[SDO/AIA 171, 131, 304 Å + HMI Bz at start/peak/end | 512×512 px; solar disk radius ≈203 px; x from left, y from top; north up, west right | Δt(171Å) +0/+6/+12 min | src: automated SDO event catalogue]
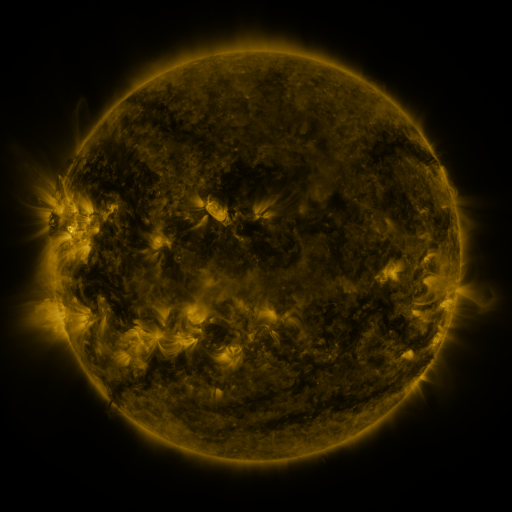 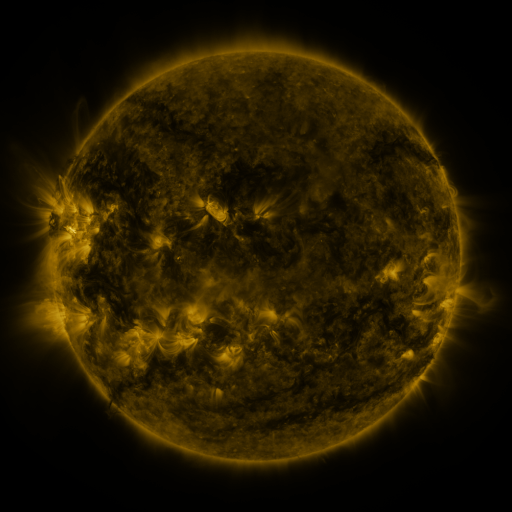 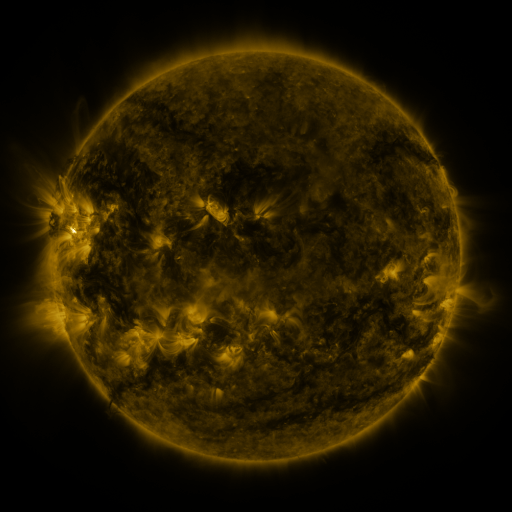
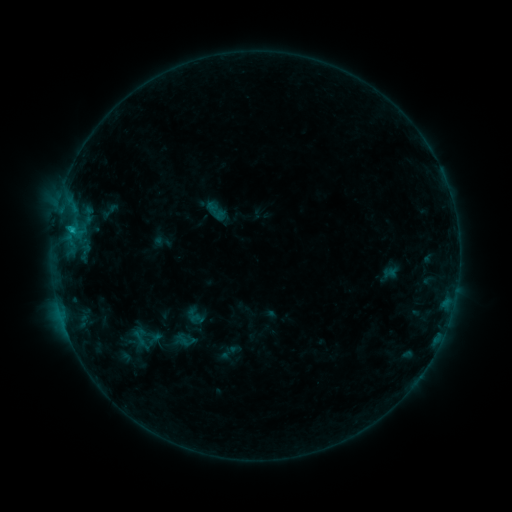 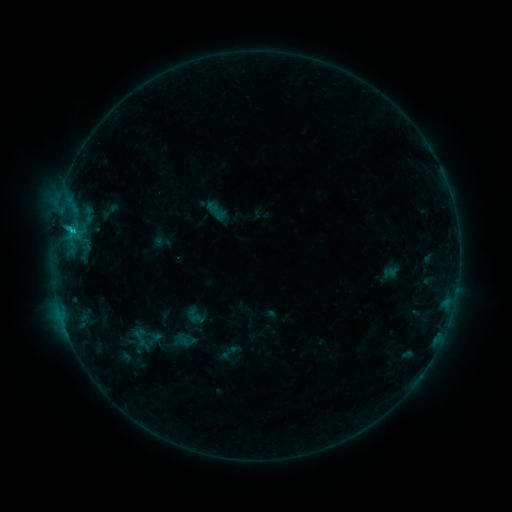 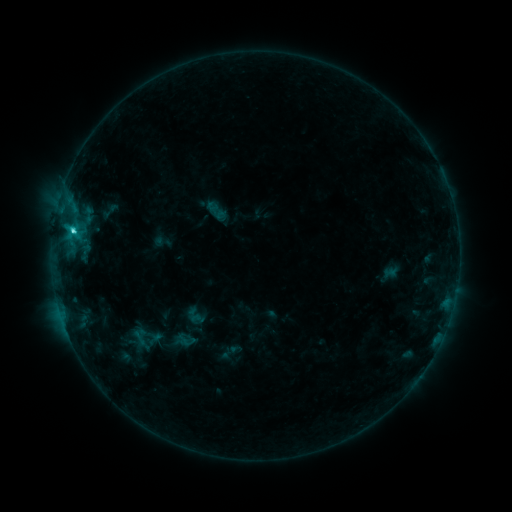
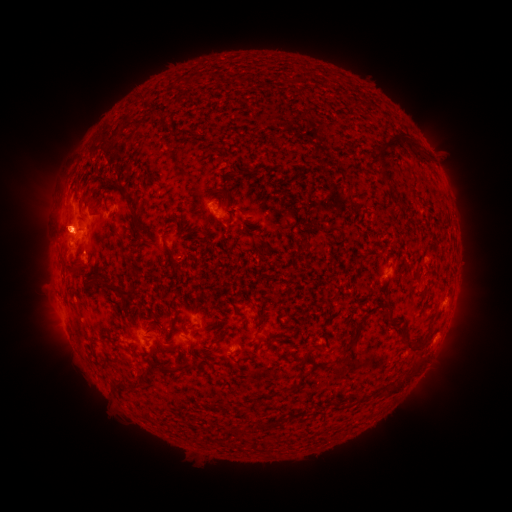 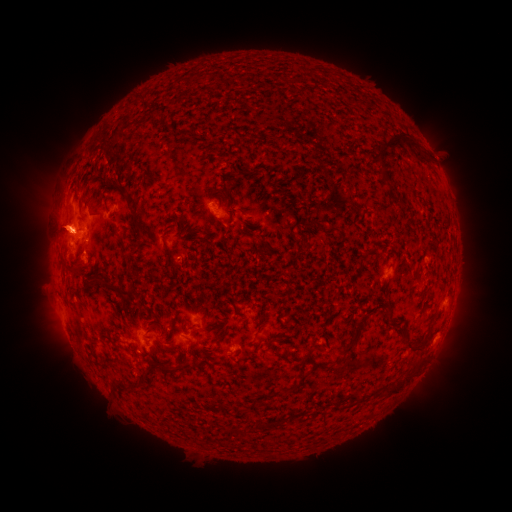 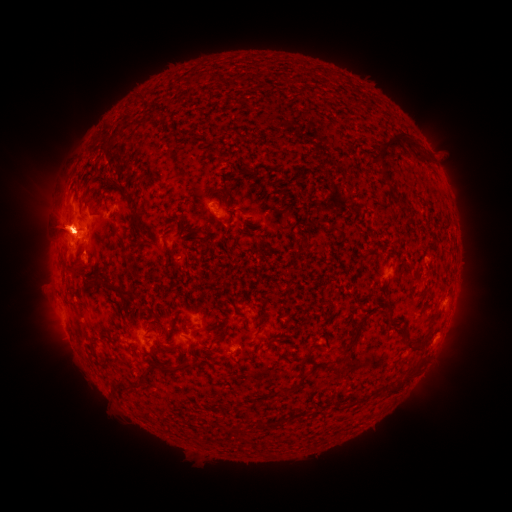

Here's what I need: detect eruption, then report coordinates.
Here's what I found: eruption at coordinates [57, 227].